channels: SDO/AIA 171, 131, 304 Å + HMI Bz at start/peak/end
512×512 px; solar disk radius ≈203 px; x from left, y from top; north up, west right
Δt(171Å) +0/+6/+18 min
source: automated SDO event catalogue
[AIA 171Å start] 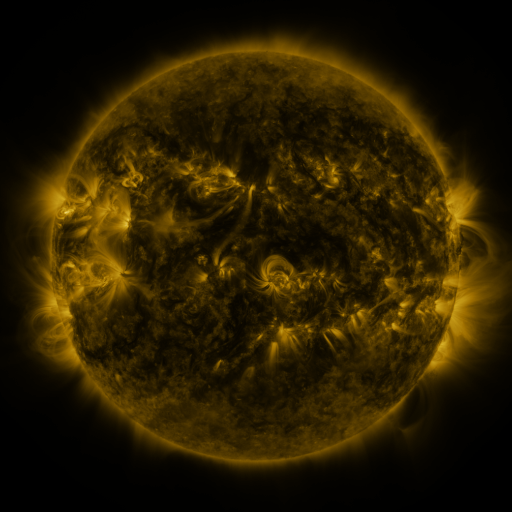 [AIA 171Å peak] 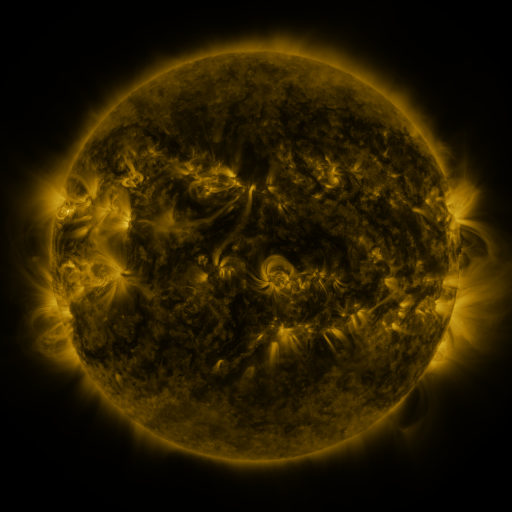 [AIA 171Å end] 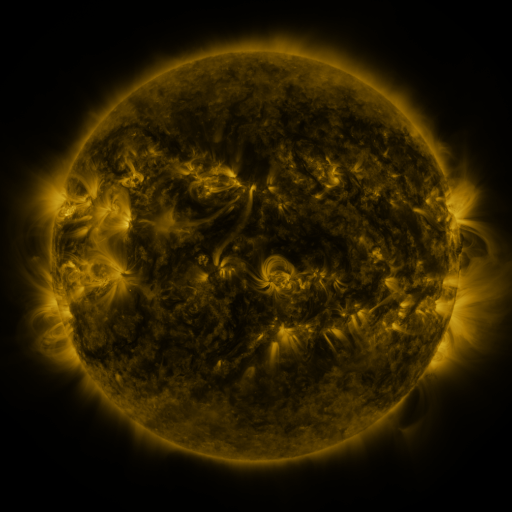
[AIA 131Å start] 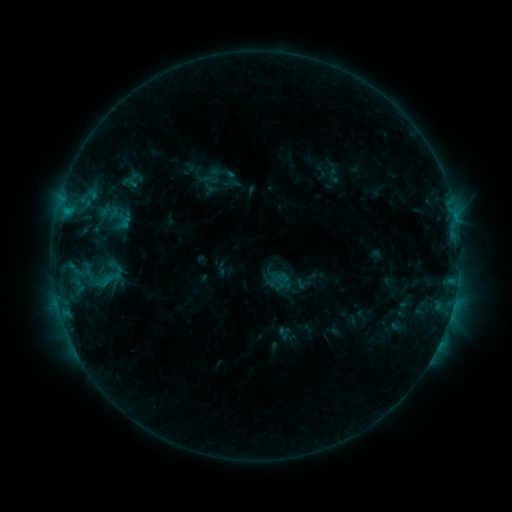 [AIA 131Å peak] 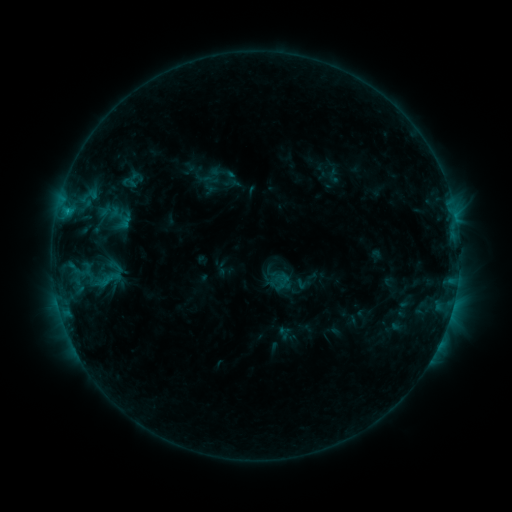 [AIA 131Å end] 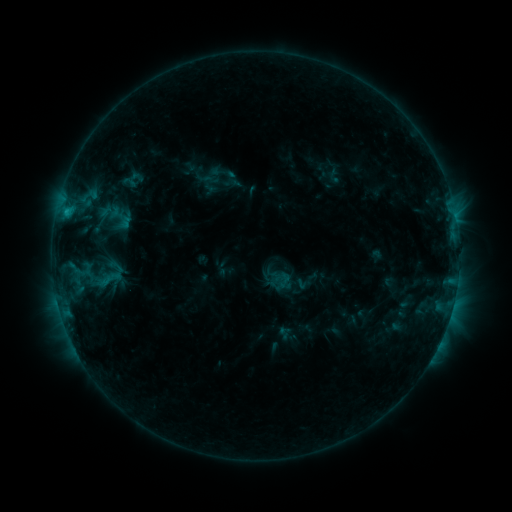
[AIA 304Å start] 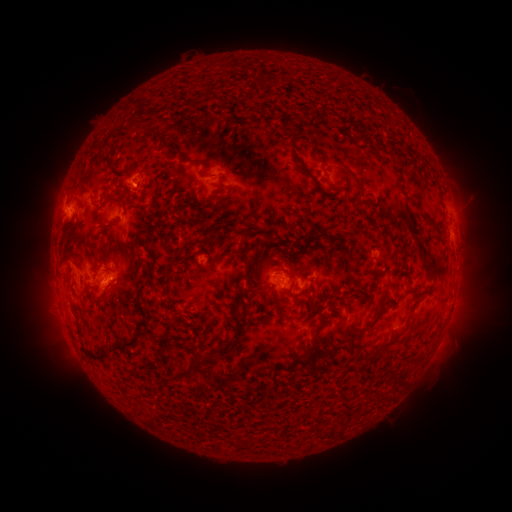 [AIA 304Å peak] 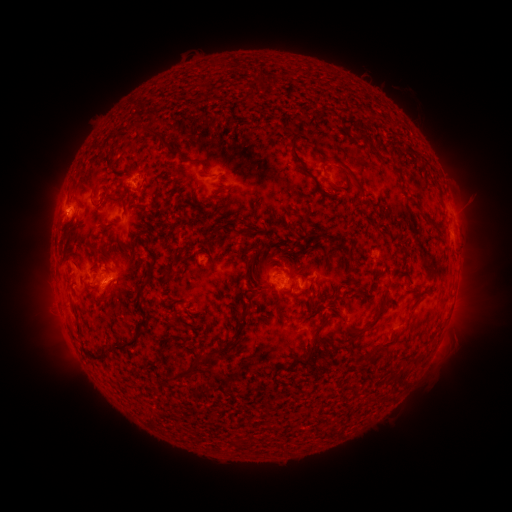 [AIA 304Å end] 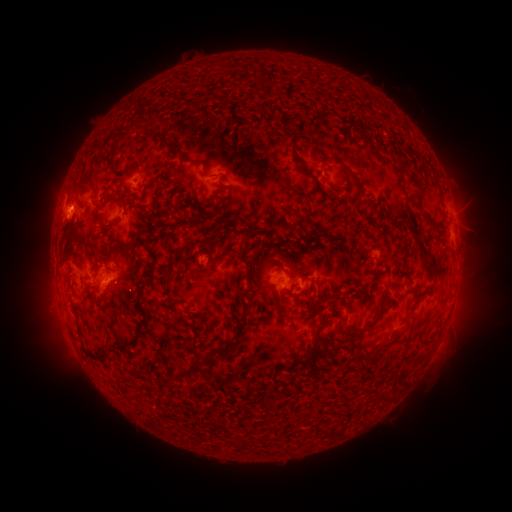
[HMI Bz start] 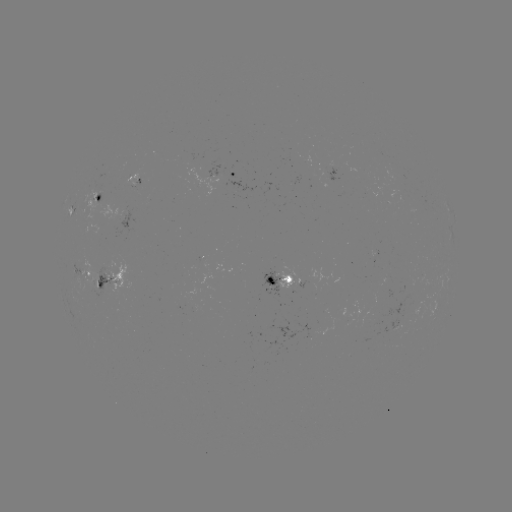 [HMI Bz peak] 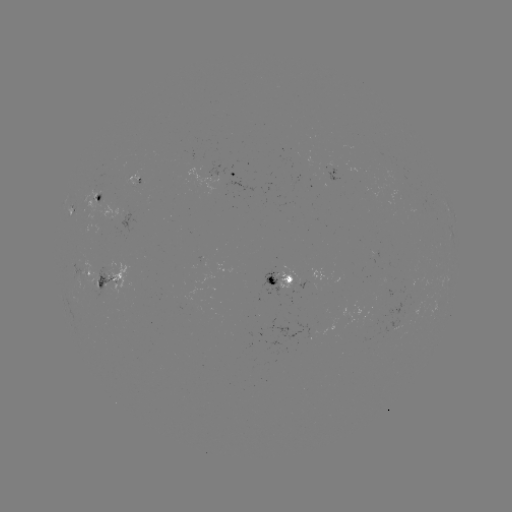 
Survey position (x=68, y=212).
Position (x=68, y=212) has B9.3 flare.